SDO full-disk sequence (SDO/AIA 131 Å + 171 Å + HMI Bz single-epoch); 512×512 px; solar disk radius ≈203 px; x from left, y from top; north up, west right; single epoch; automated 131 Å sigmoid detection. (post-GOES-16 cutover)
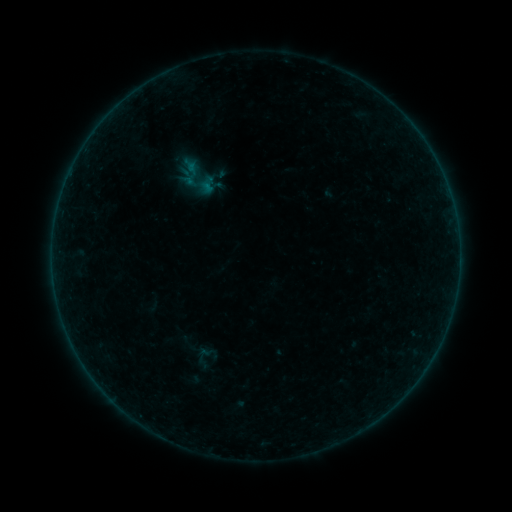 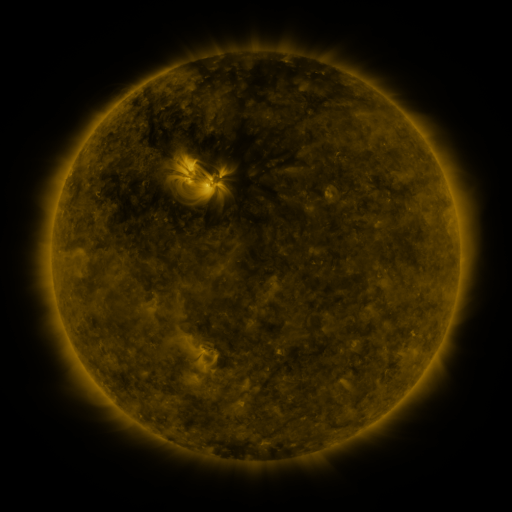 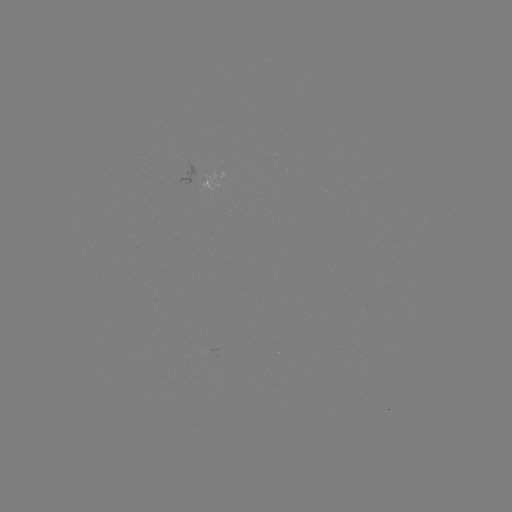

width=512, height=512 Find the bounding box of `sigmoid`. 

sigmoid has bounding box [190, 342, 223, 371].